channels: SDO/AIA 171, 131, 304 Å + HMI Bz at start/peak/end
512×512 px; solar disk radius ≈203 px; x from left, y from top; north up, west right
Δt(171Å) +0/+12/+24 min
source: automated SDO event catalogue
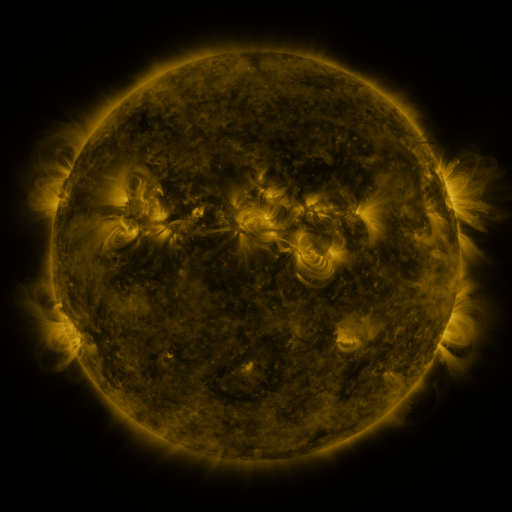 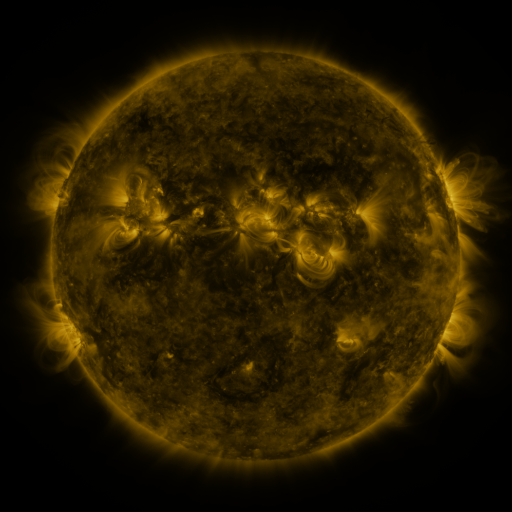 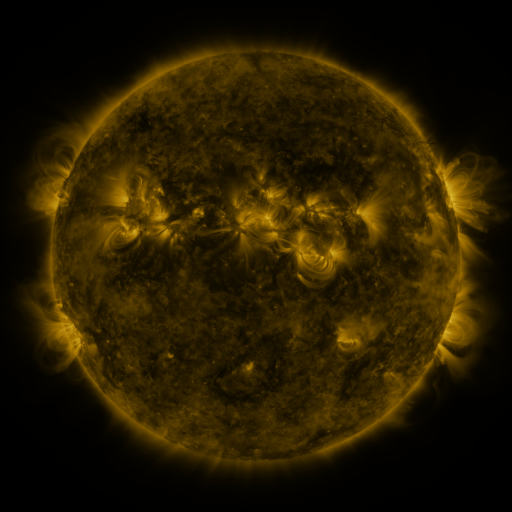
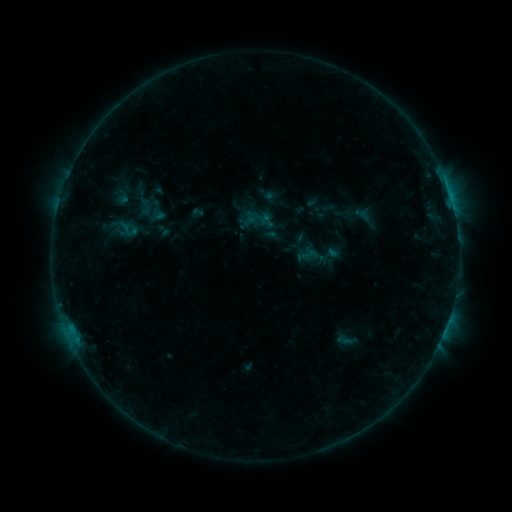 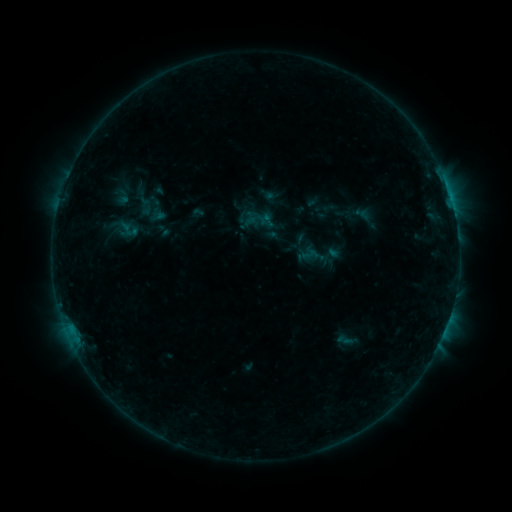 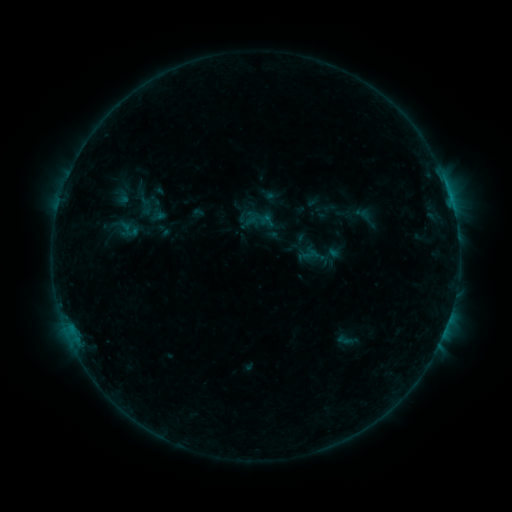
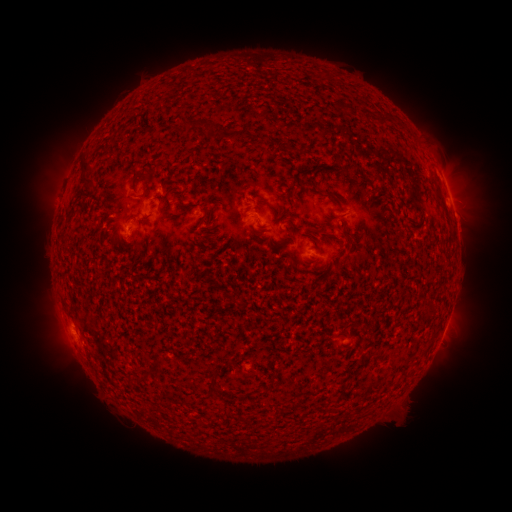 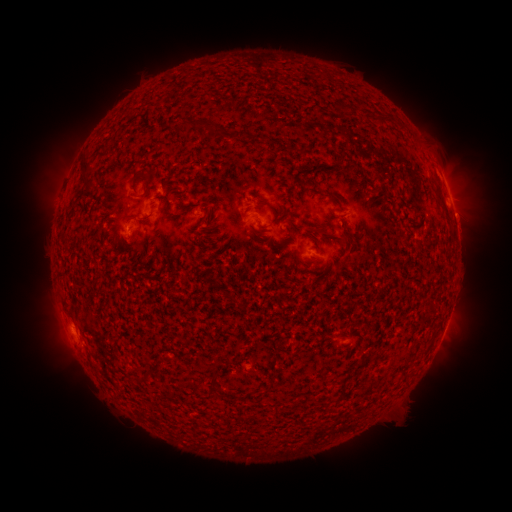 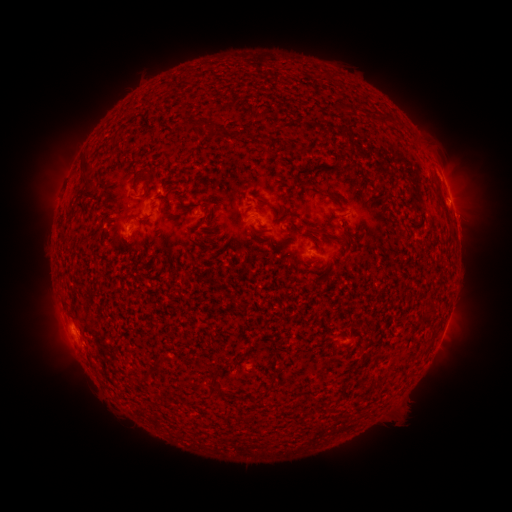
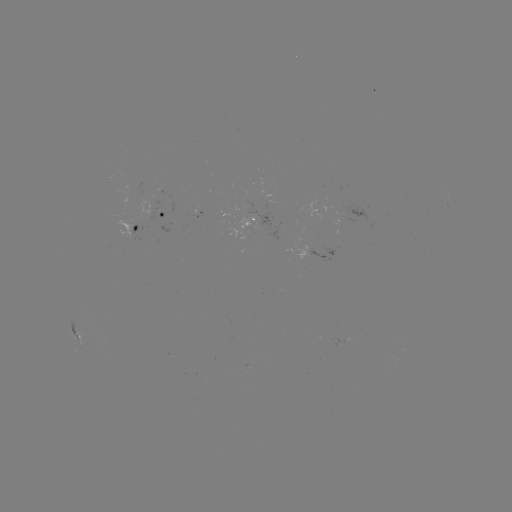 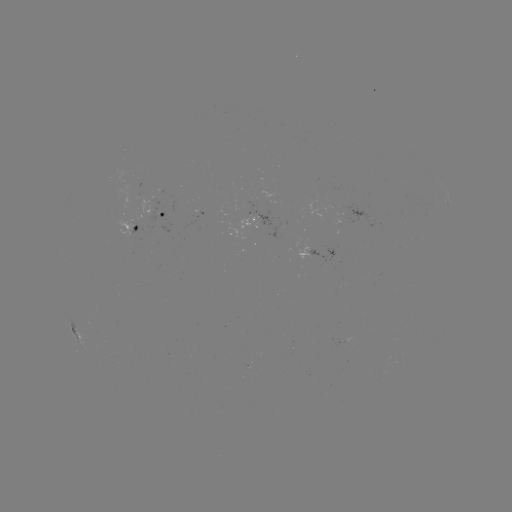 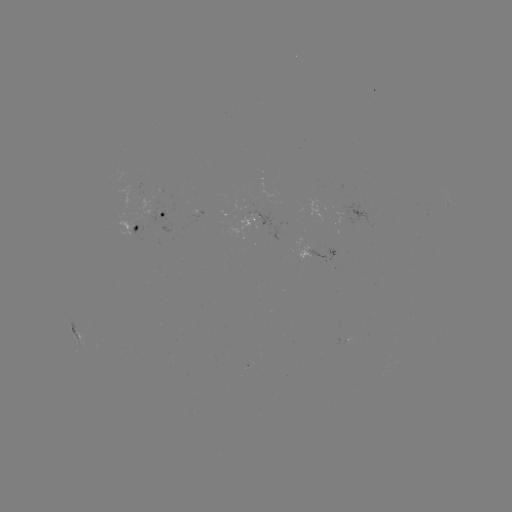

no flare in any classed list; no EUV-trigger detection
